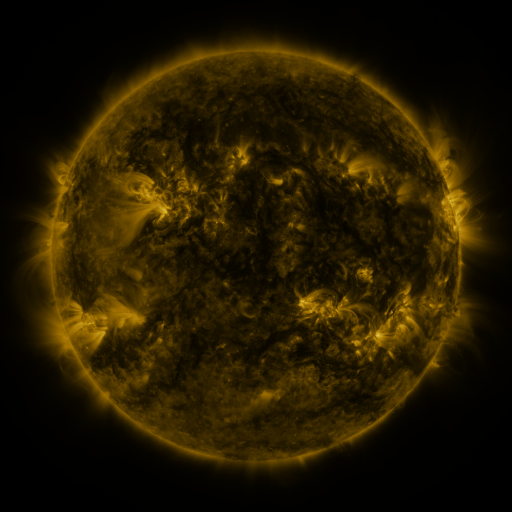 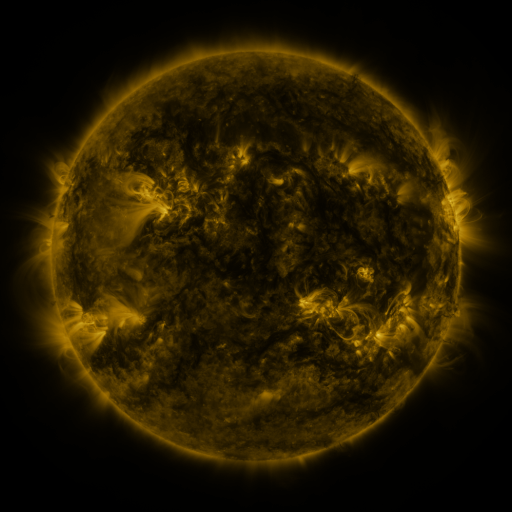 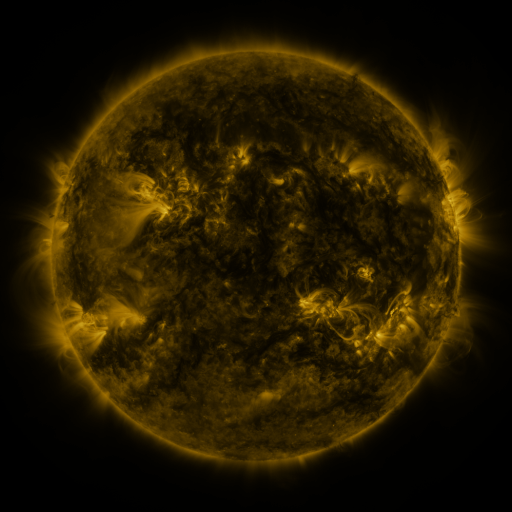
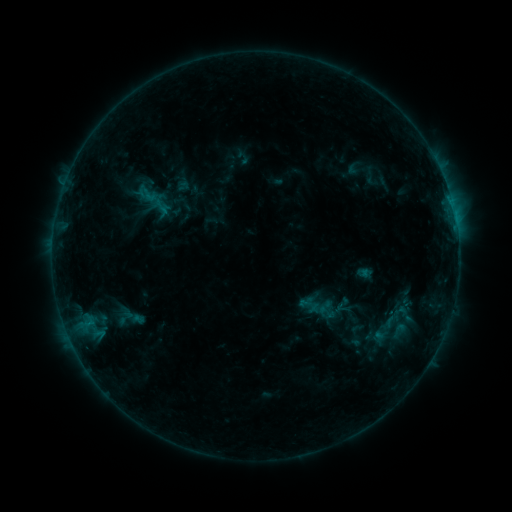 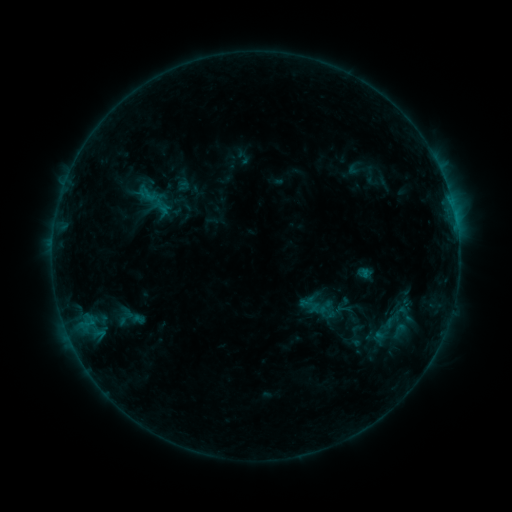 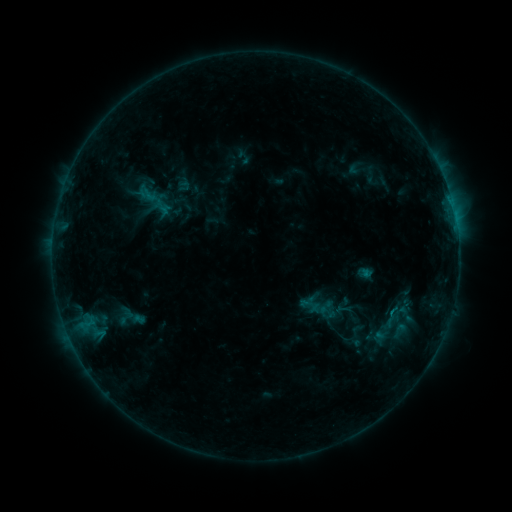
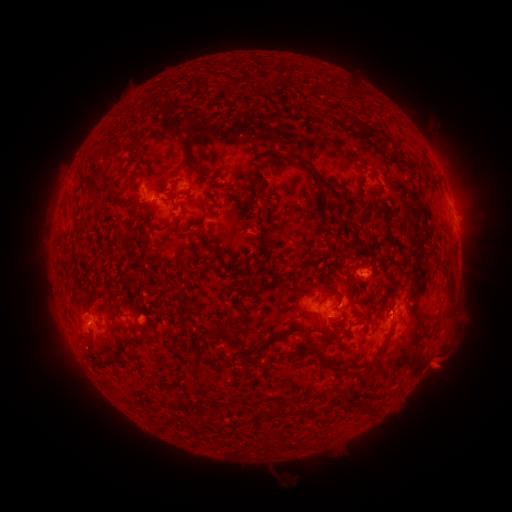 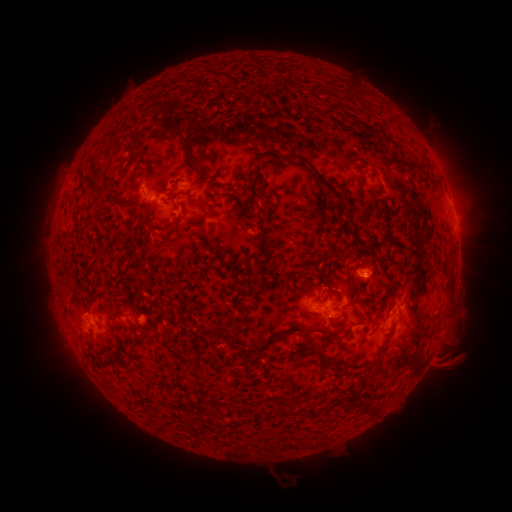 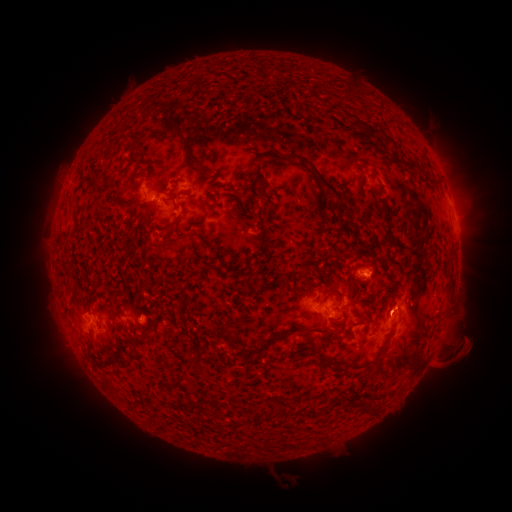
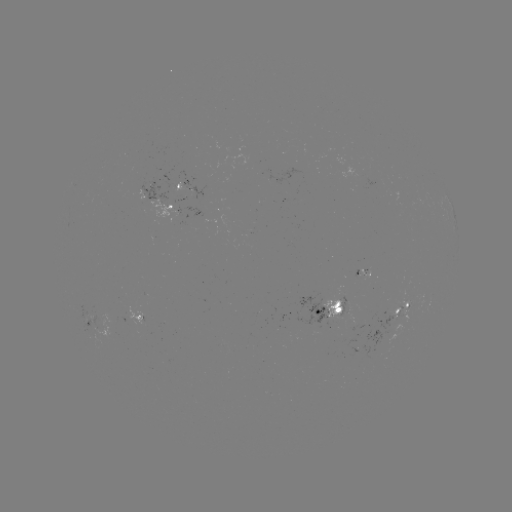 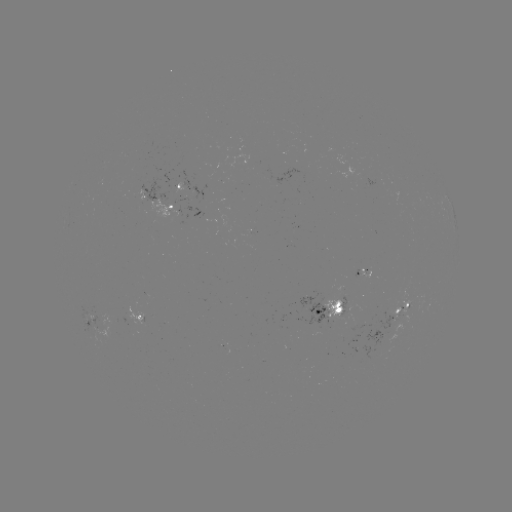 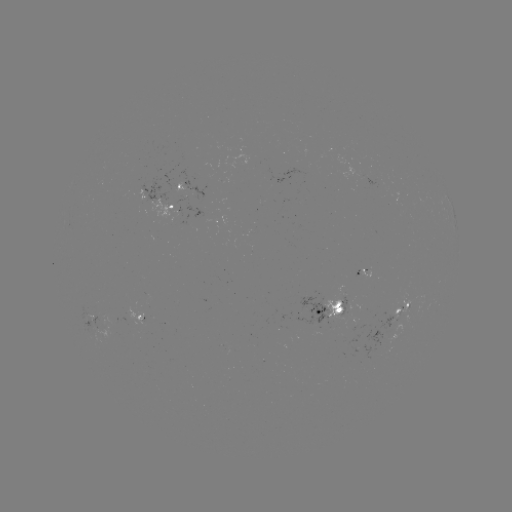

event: eruption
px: (455, 360)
